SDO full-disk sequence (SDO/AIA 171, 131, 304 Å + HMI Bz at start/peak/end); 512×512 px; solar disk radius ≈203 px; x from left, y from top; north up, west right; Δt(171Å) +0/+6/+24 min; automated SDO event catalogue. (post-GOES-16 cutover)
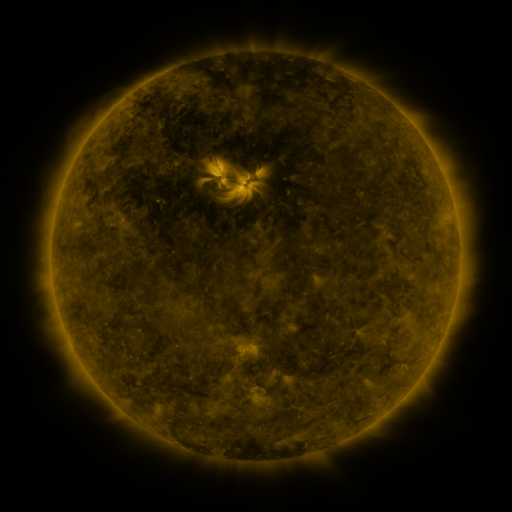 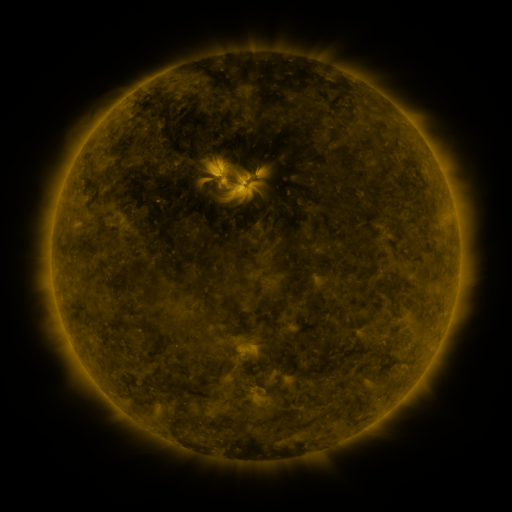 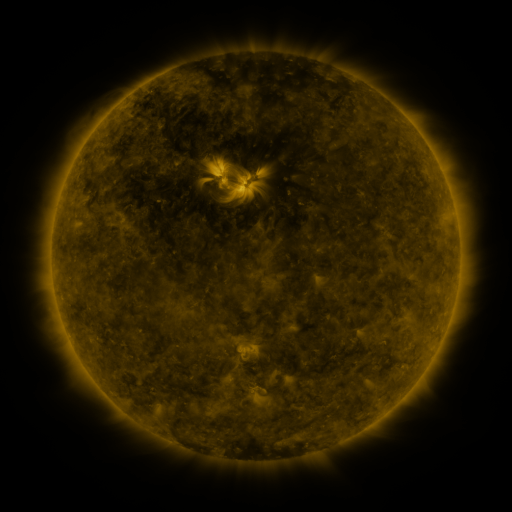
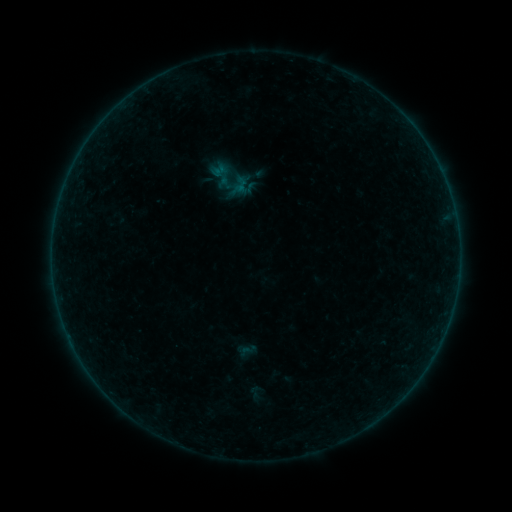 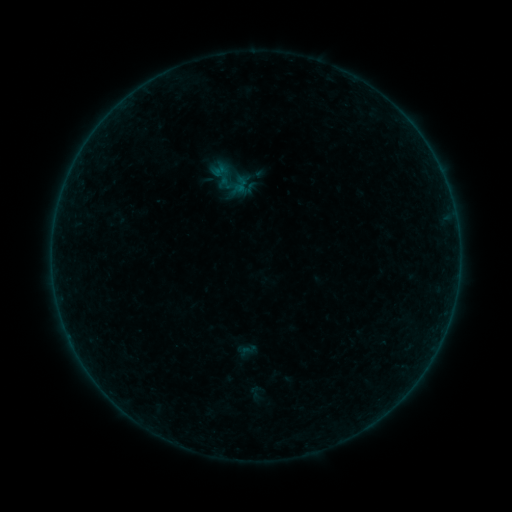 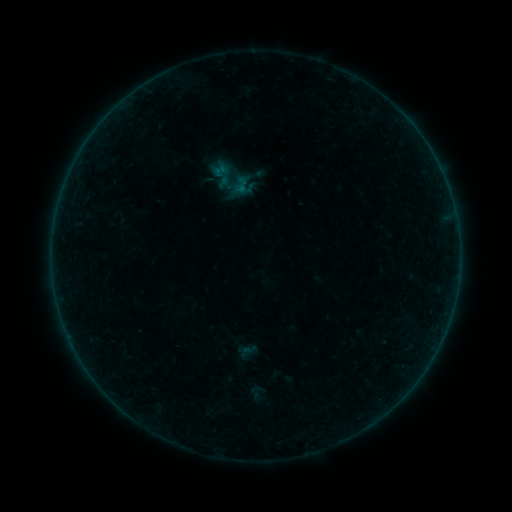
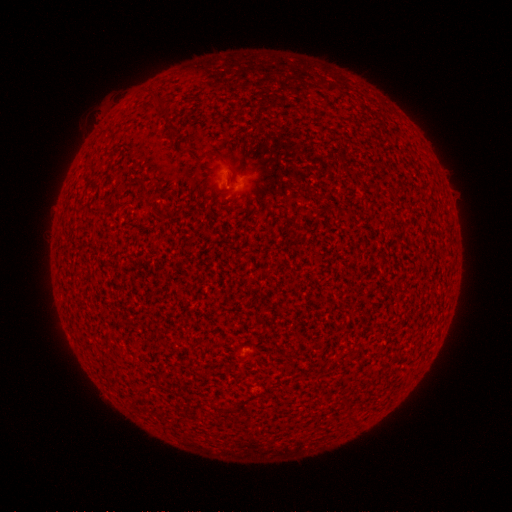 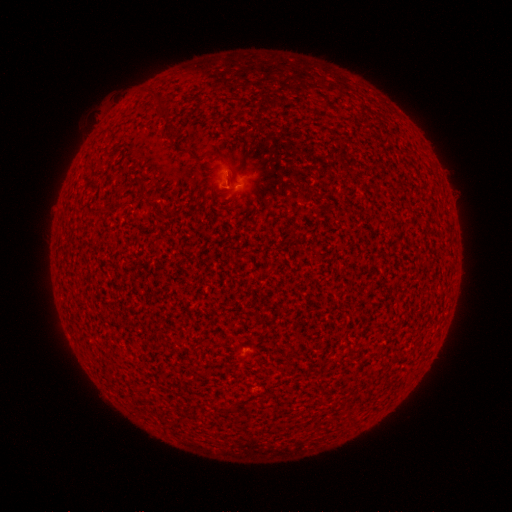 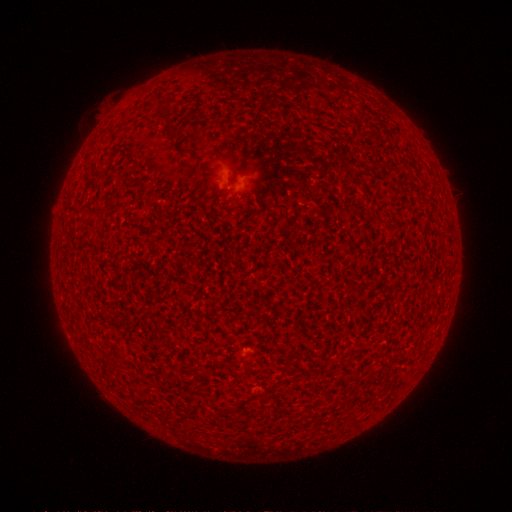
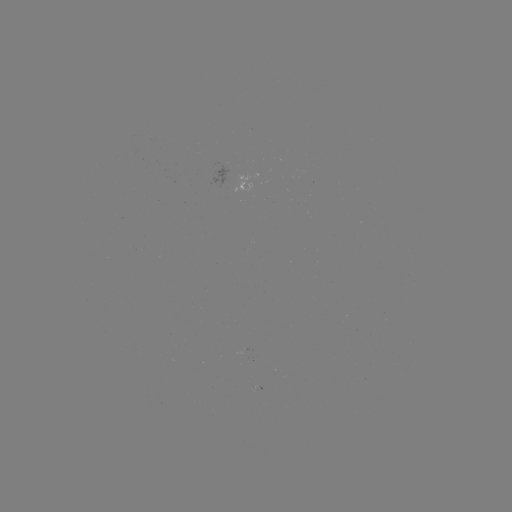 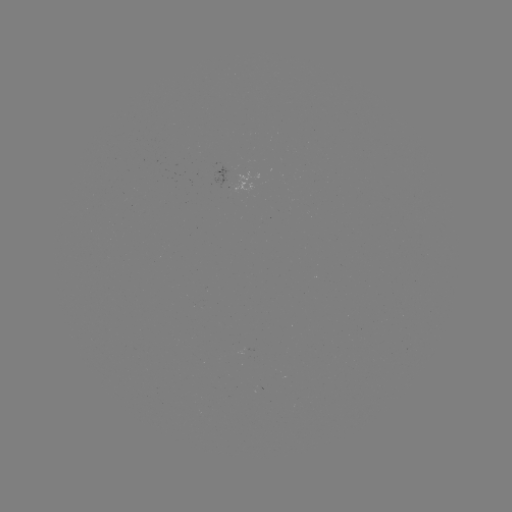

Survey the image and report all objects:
A7.0 flare: (230, 185)
